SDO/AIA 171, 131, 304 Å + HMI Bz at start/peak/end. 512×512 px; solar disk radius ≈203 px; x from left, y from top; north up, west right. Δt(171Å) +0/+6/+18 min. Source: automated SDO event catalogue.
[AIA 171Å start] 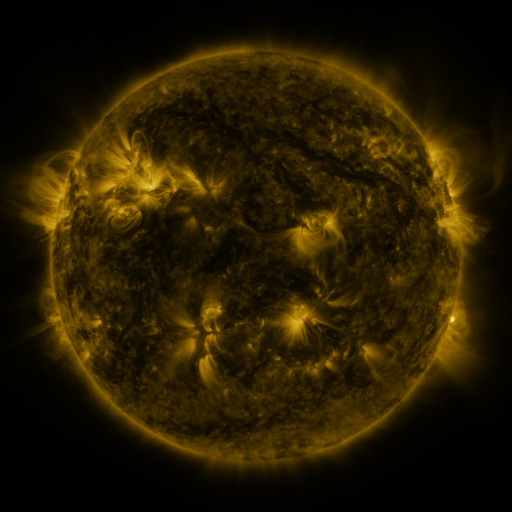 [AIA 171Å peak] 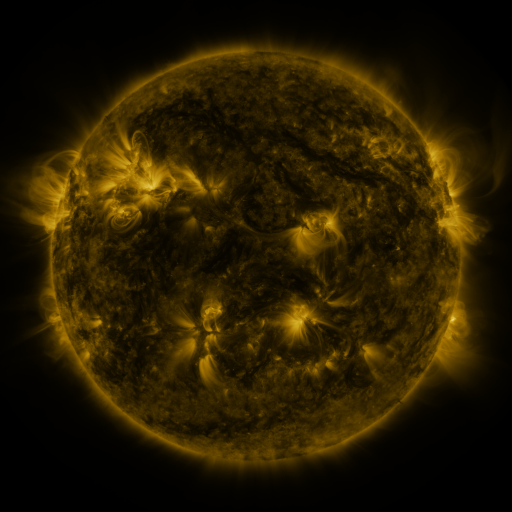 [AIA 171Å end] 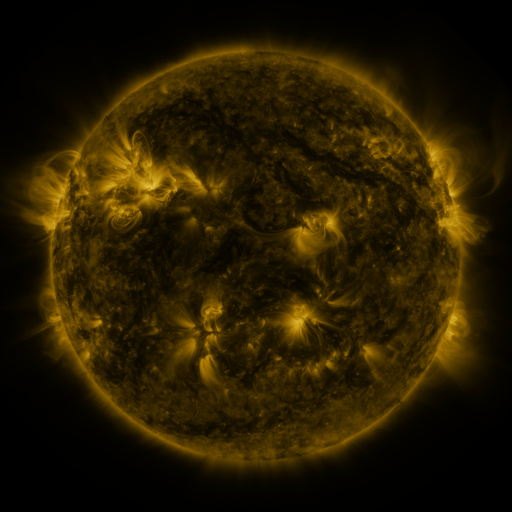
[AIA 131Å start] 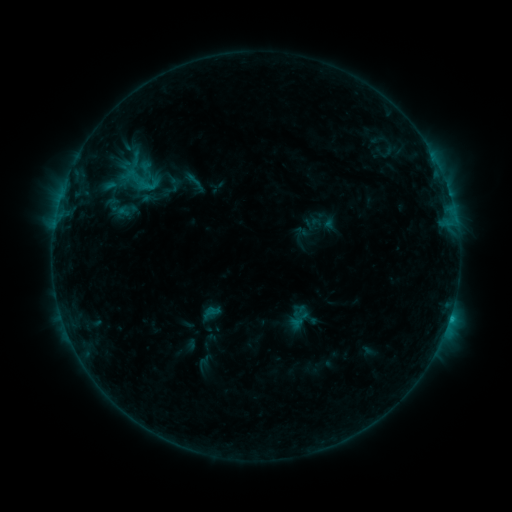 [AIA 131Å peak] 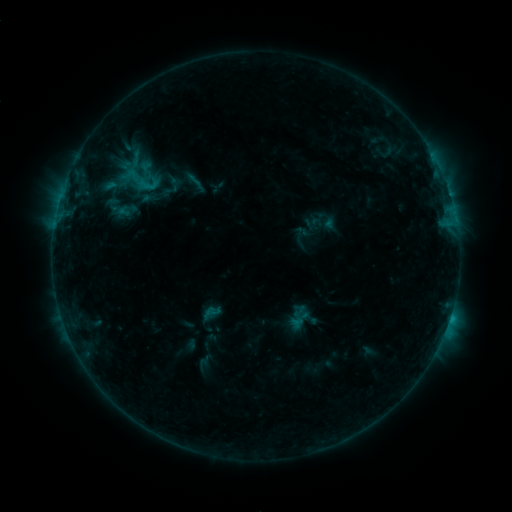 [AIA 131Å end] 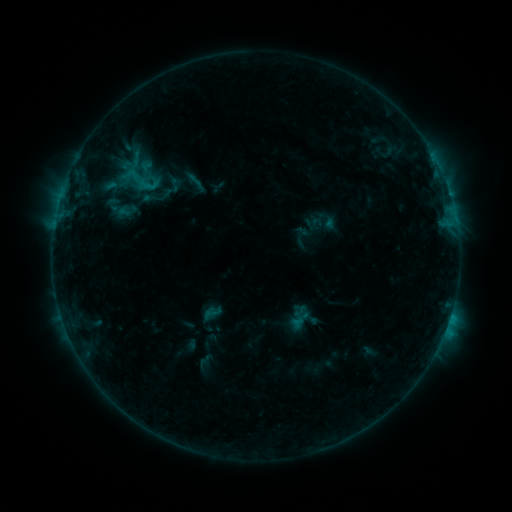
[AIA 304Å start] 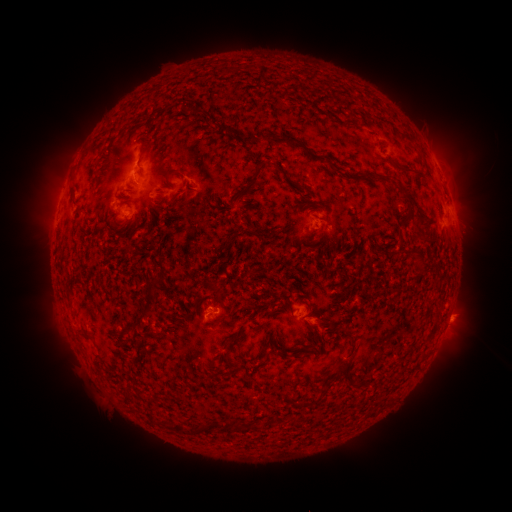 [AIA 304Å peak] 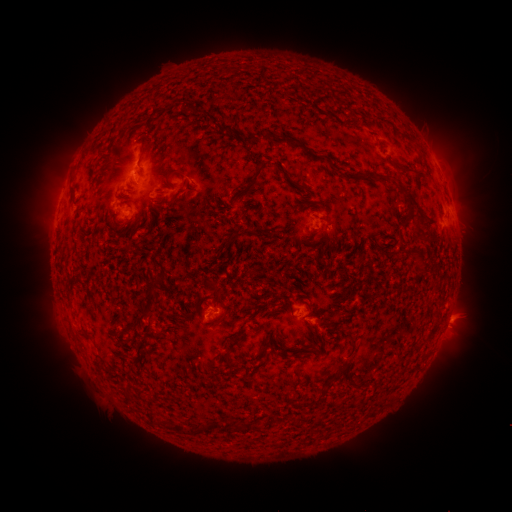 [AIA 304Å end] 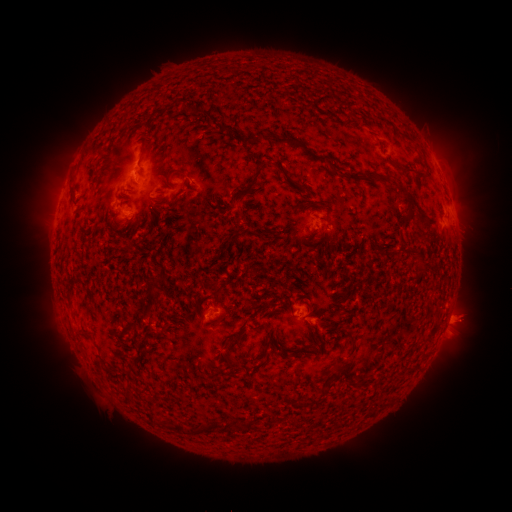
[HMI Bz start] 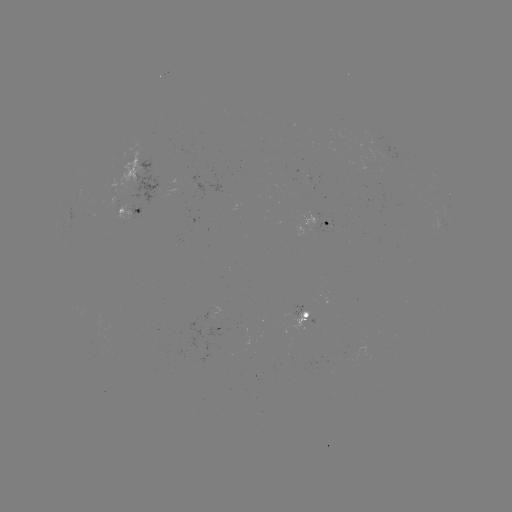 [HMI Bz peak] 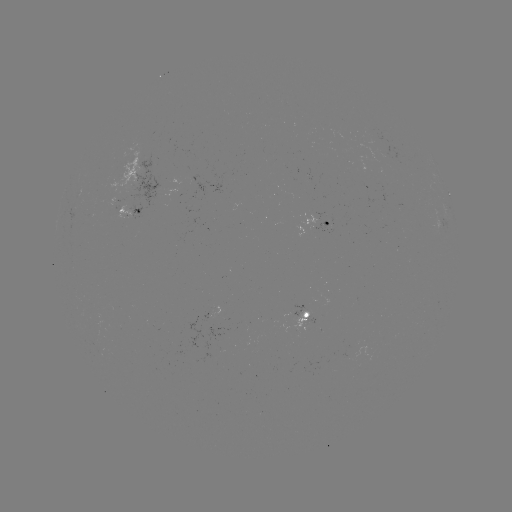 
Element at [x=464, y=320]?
eruption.